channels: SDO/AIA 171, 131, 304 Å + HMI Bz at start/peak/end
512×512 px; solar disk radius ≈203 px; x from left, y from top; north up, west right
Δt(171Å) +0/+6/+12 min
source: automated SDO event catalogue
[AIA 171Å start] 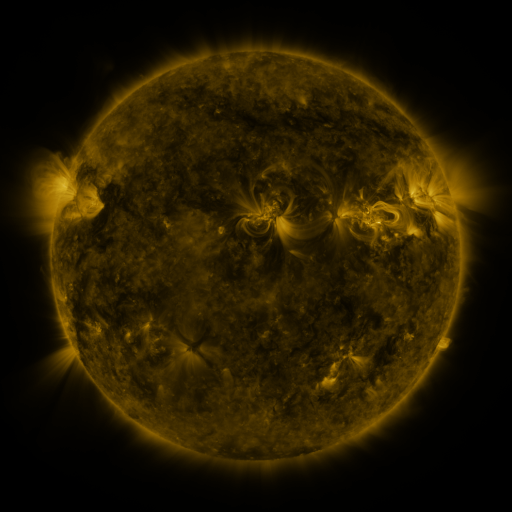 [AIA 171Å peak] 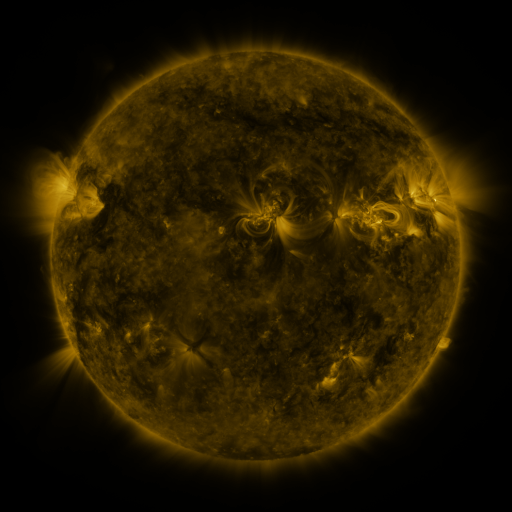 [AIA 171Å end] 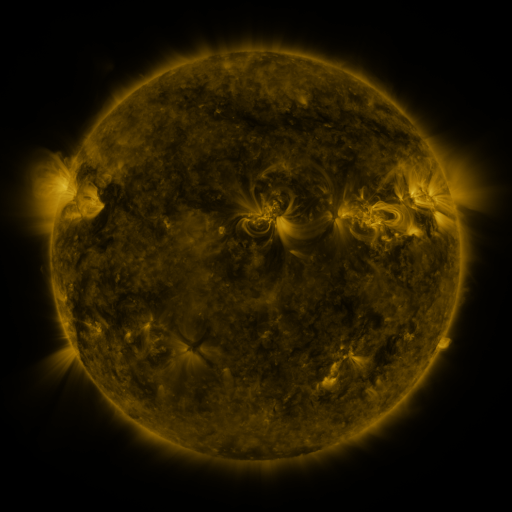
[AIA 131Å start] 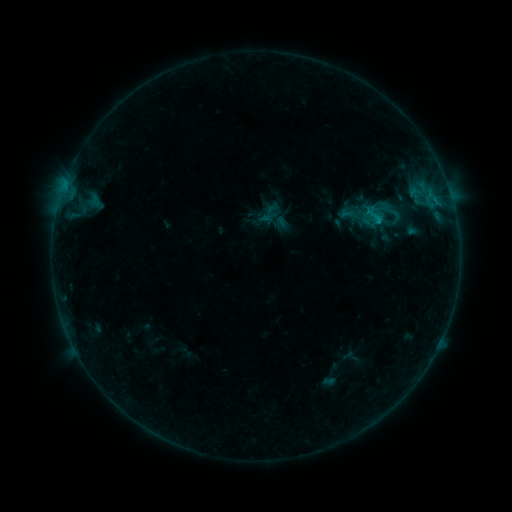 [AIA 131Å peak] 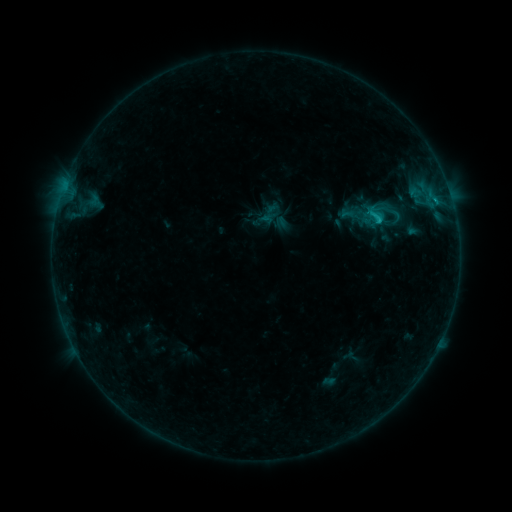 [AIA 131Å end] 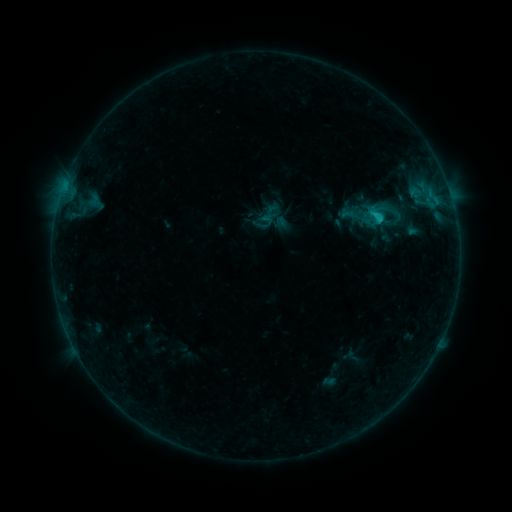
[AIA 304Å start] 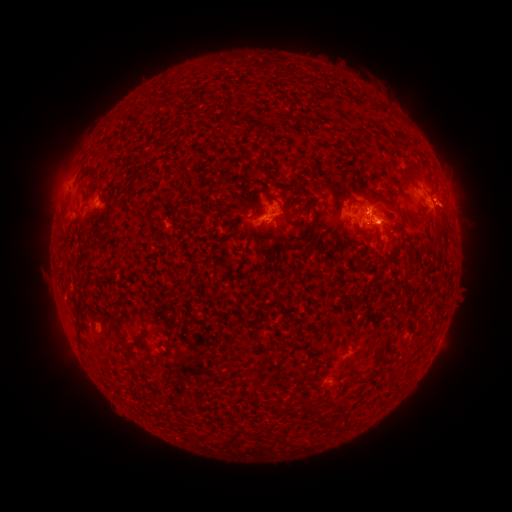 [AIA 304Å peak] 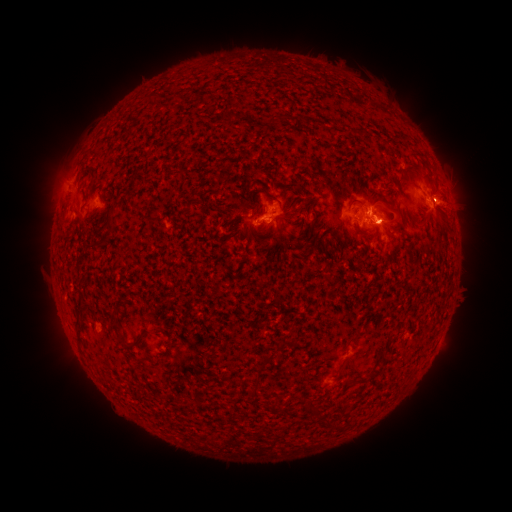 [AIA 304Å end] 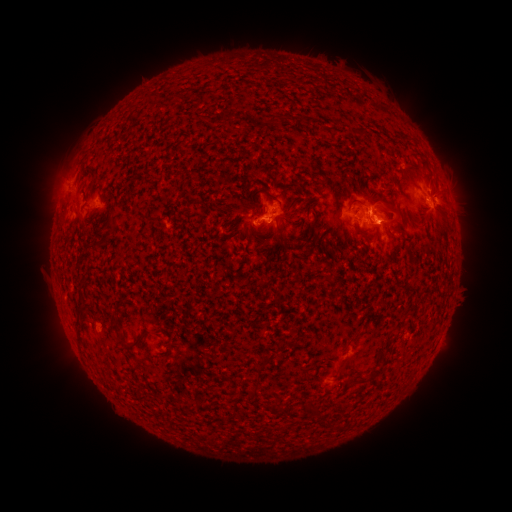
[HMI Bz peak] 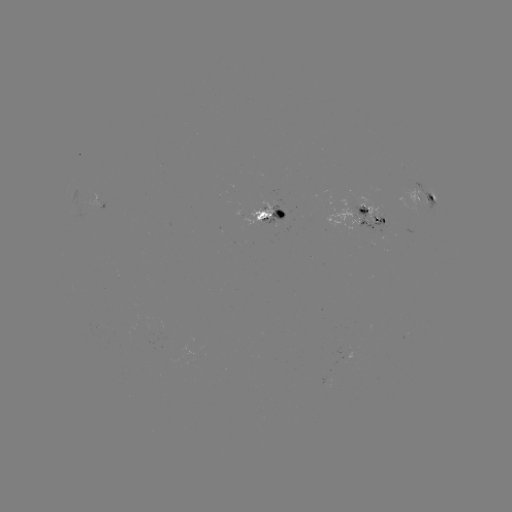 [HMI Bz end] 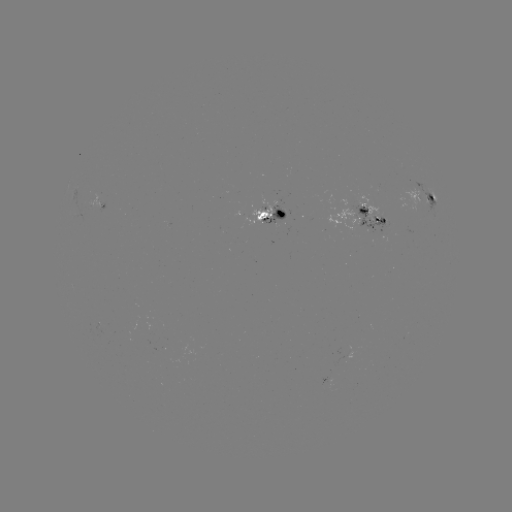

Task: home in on eruption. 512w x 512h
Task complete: [458, 206].